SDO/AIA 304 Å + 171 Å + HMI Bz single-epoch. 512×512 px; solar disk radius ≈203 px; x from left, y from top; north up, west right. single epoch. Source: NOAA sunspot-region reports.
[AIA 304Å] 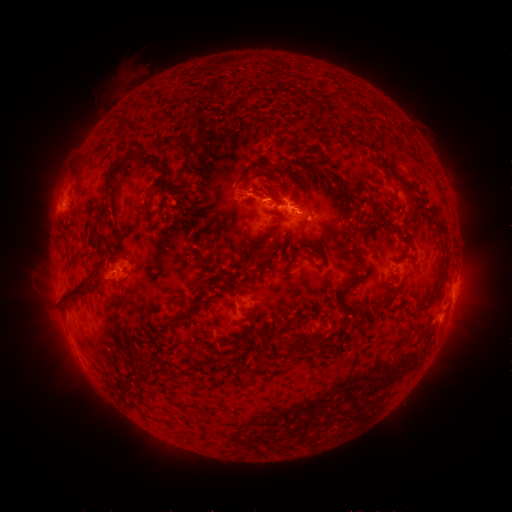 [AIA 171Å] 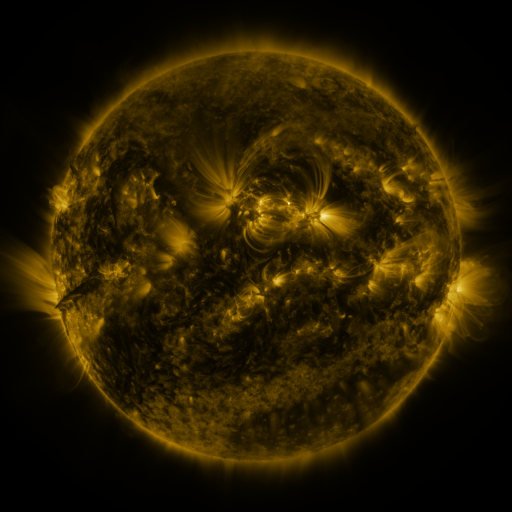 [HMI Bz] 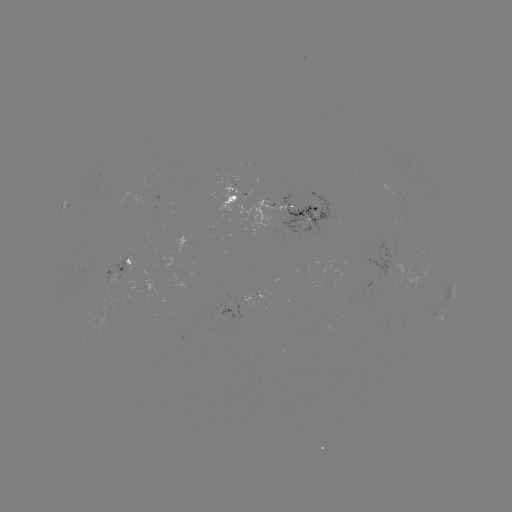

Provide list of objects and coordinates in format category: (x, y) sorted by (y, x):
spotted active region: (277, 202)
spotted active region: (64, 204)
spotted active region: (120, 260)
spotted active region: (454, 292)
spotted active region: (435, 321)
